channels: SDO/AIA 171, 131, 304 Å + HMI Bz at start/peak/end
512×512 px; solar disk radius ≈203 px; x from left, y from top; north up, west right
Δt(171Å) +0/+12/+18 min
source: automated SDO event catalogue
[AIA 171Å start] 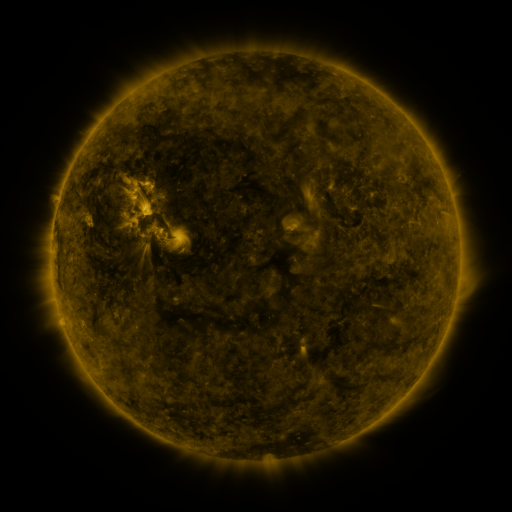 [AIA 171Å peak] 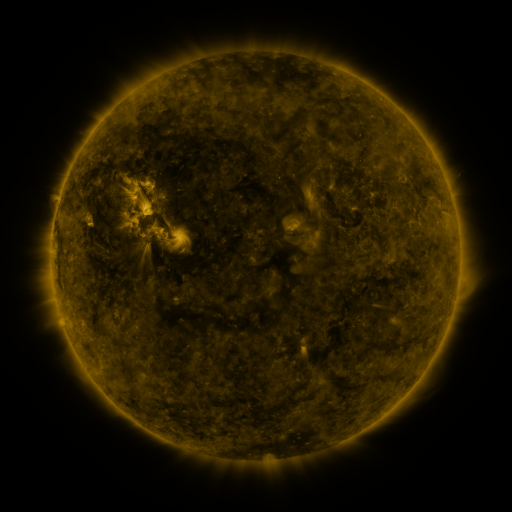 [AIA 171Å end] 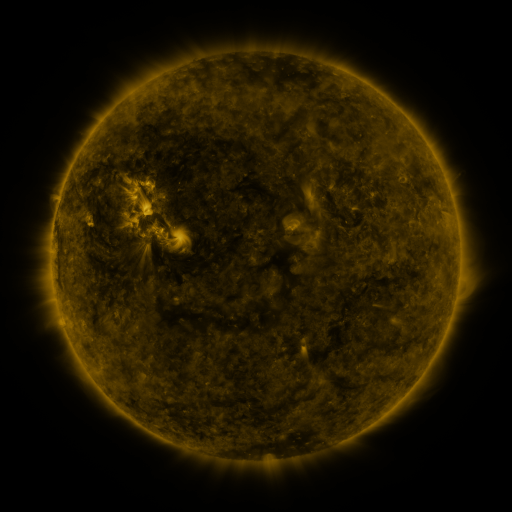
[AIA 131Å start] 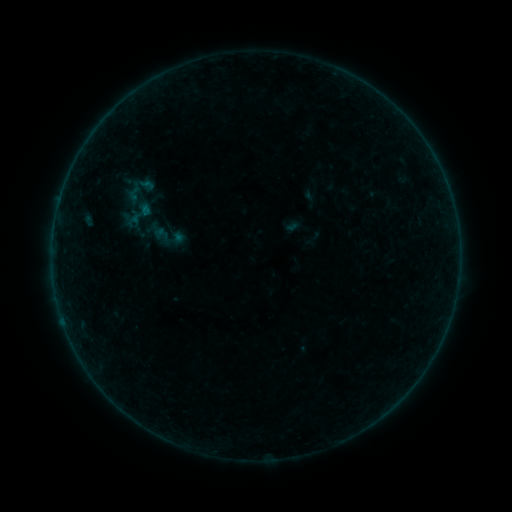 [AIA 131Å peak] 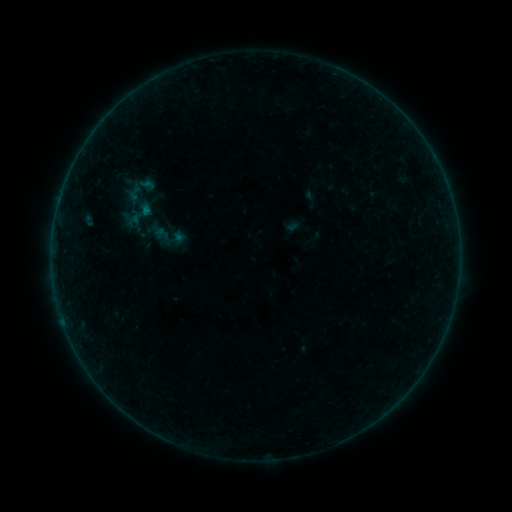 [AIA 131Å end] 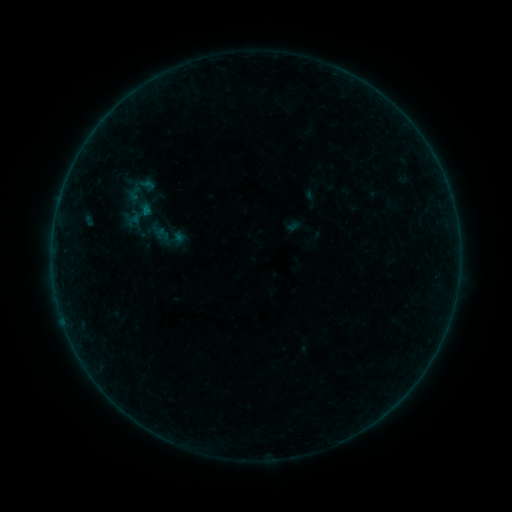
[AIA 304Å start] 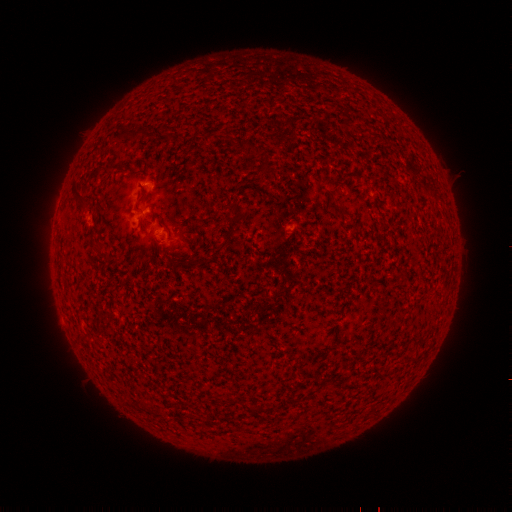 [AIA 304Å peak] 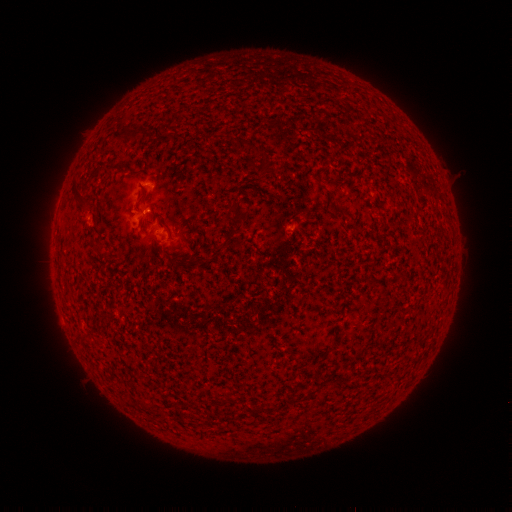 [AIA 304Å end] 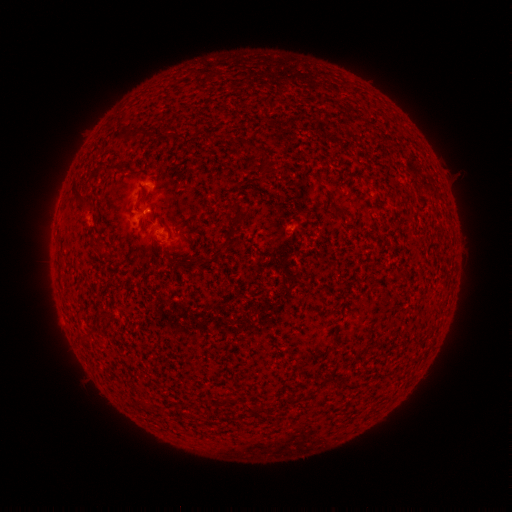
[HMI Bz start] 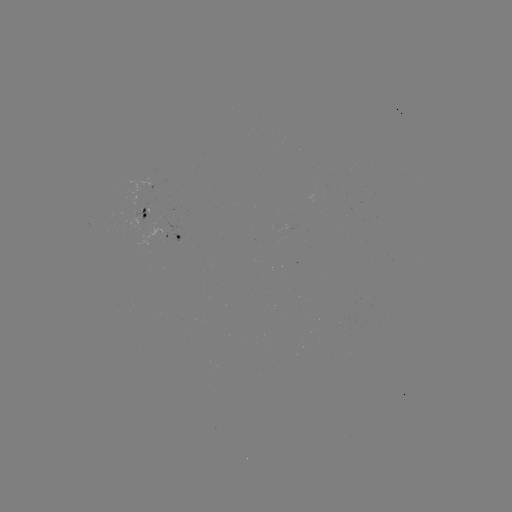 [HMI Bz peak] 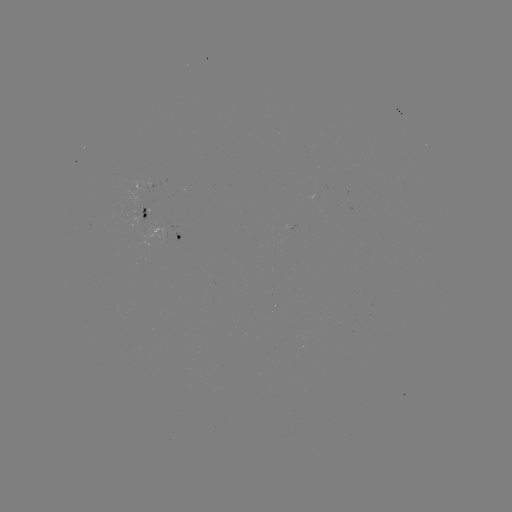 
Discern B1.3 flare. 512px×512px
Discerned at (148, 213).